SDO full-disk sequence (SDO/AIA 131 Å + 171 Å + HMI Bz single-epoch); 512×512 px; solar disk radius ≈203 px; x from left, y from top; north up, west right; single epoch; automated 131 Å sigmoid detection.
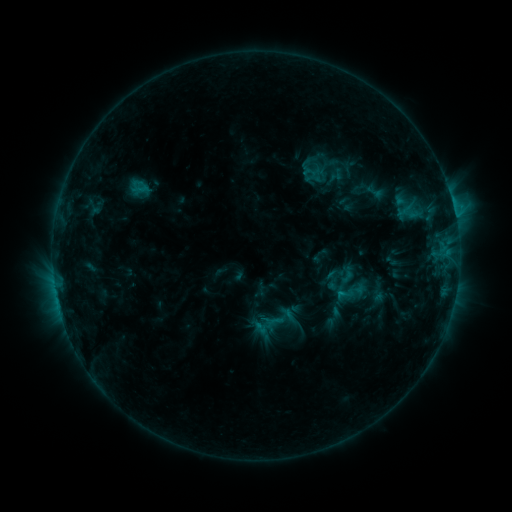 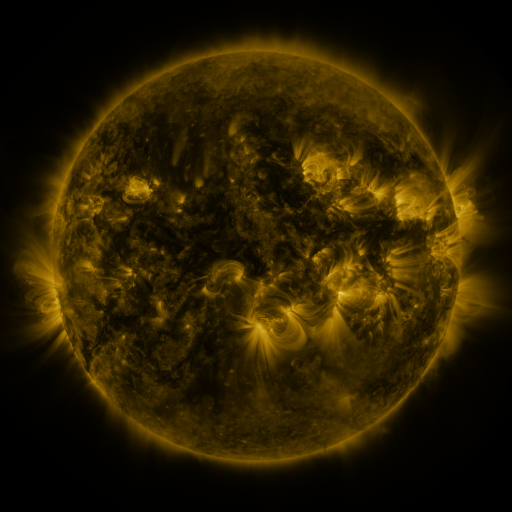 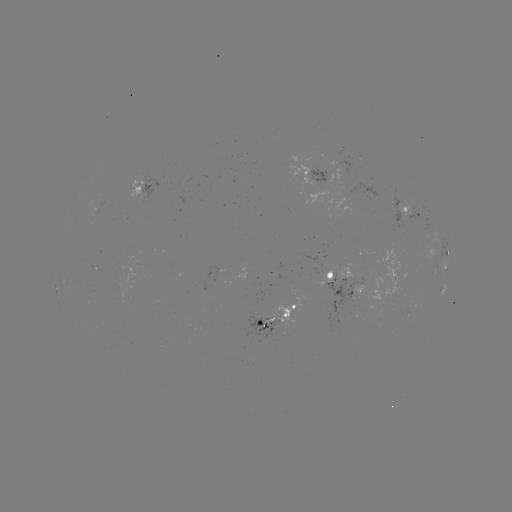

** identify sigmoid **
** [375, 191] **